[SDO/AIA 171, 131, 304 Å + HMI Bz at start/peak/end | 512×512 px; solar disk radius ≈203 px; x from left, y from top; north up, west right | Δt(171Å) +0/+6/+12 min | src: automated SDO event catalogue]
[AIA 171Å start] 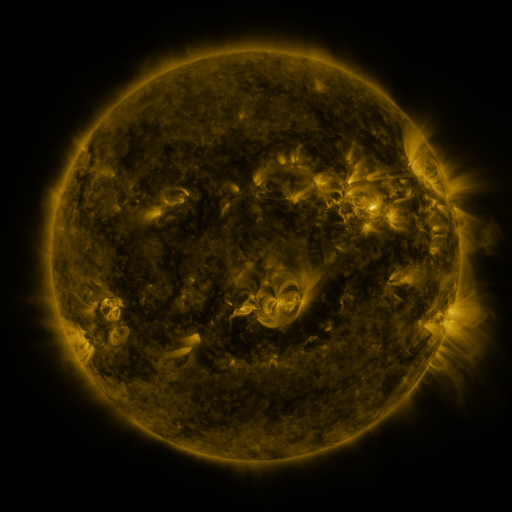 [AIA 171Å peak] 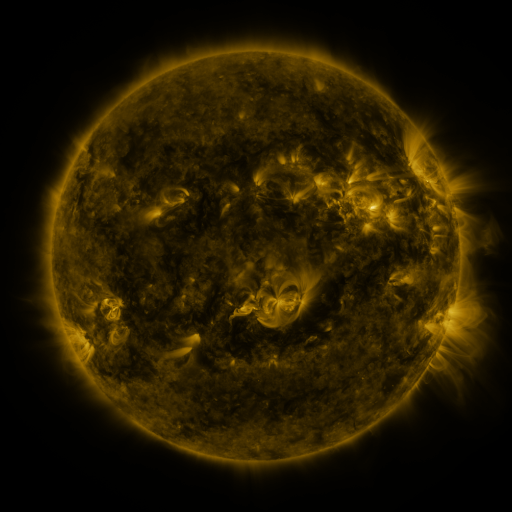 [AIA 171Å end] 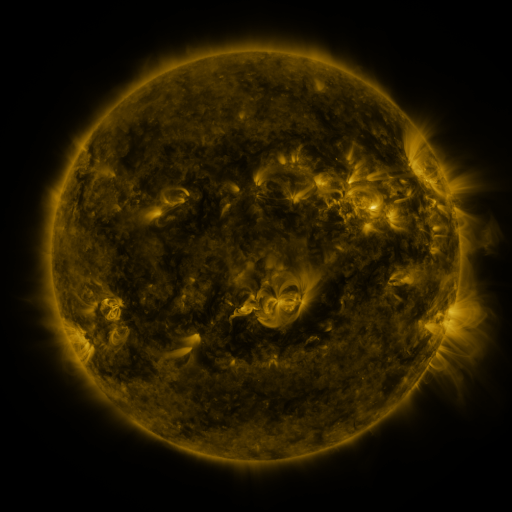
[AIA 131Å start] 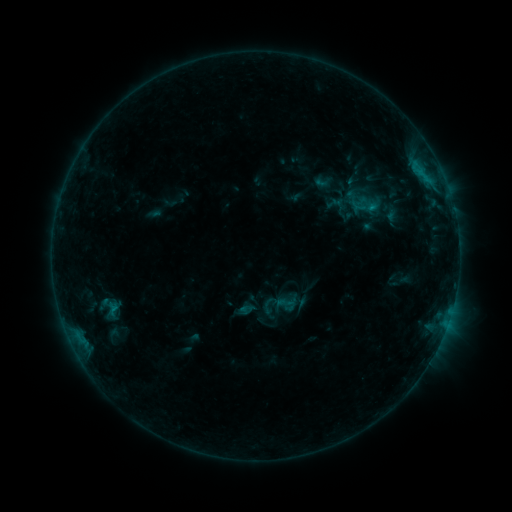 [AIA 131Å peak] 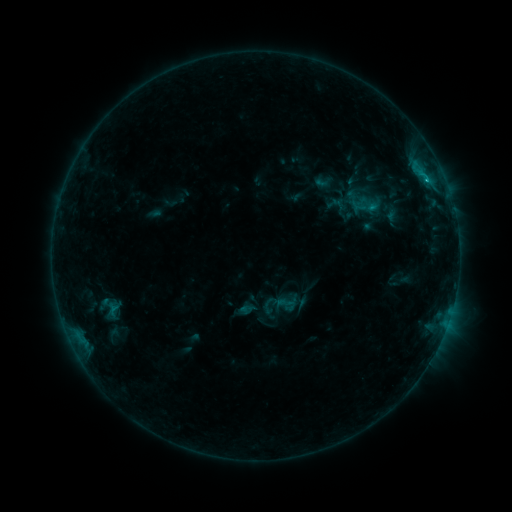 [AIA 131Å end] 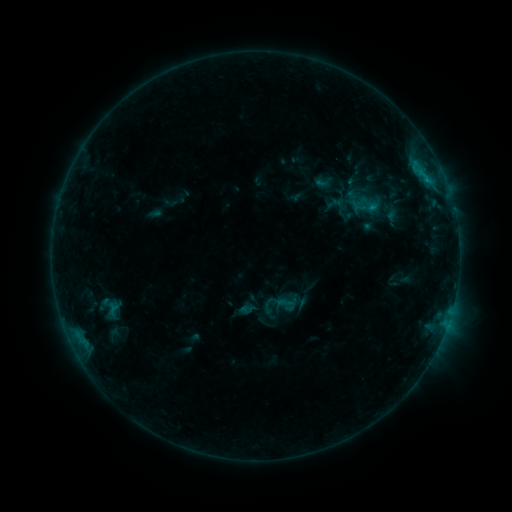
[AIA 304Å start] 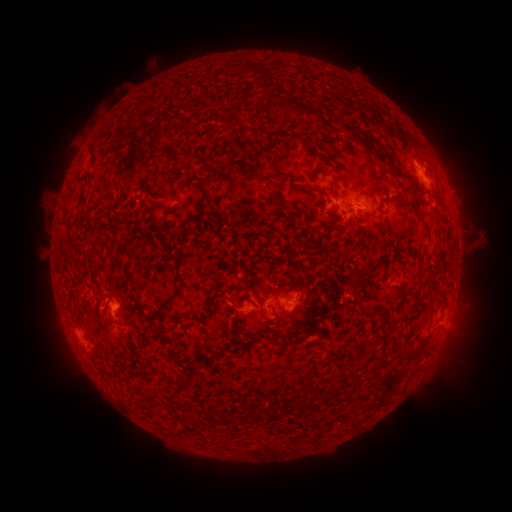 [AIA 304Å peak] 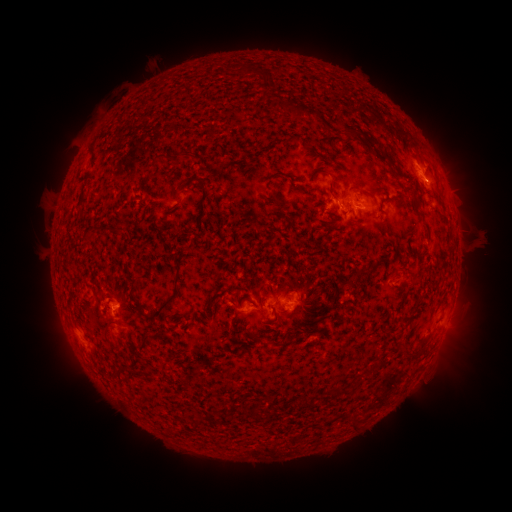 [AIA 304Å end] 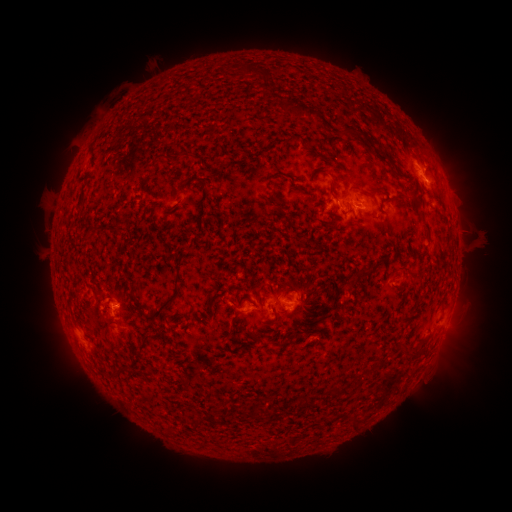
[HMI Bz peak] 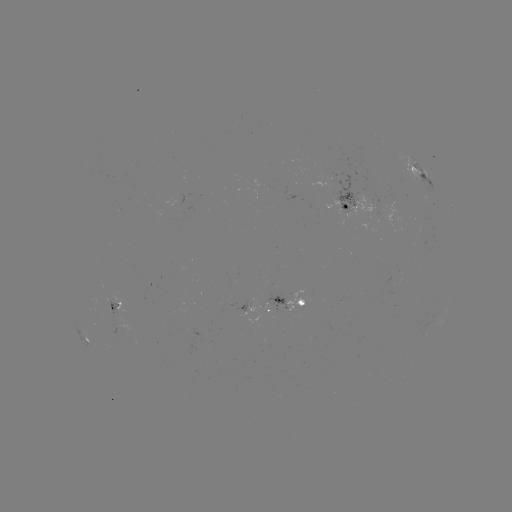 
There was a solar flare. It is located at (425, 181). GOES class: B6.8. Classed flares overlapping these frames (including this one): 1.